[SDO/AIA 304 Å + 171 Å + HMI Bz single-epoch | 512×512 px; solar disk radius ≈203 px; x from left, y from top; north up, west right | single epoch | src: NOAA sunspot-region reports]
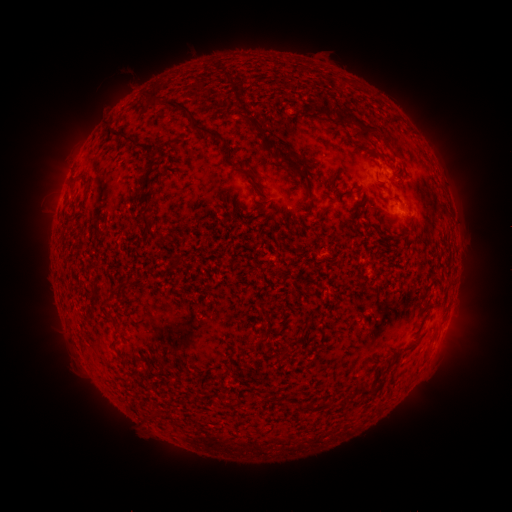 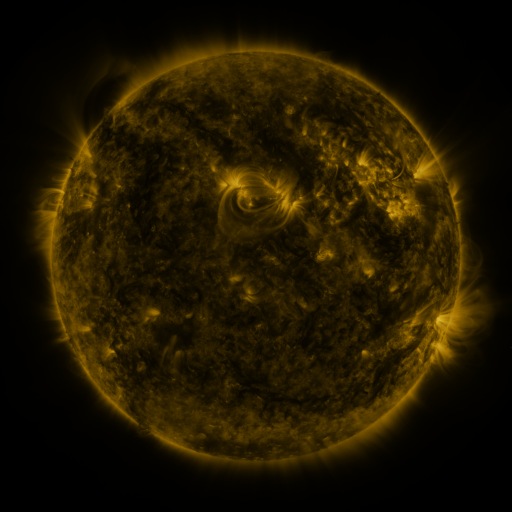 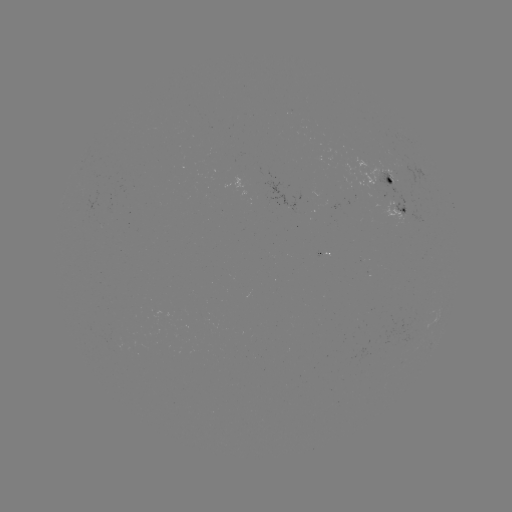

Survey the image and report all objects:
spotted active region: (392, 184)
spotted active region: (404, 216)
spotted active region: (322, 256)
